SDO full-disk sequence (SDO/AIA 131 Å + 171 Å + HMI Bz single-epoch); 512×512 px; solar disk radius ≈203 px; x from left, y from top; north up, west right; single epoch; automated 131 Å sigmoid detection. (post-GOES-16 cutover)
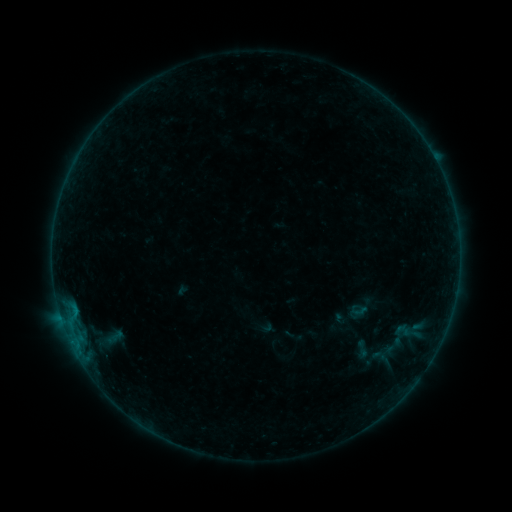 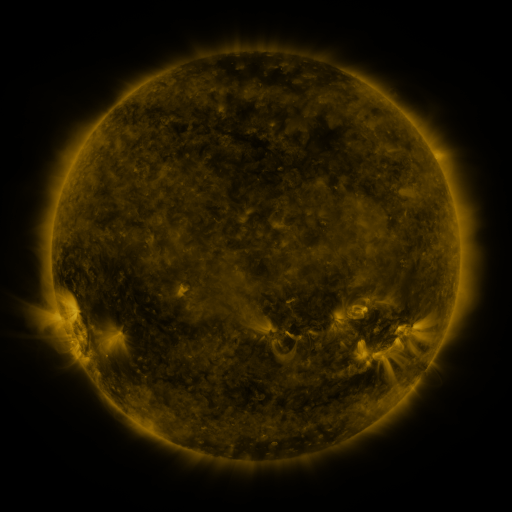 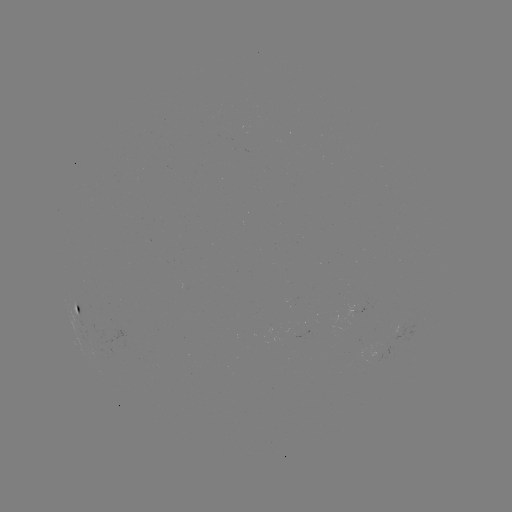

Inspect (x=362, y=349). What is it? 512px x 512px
sigmoid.